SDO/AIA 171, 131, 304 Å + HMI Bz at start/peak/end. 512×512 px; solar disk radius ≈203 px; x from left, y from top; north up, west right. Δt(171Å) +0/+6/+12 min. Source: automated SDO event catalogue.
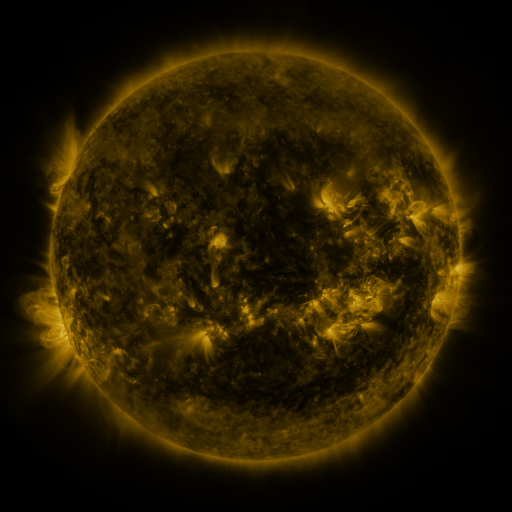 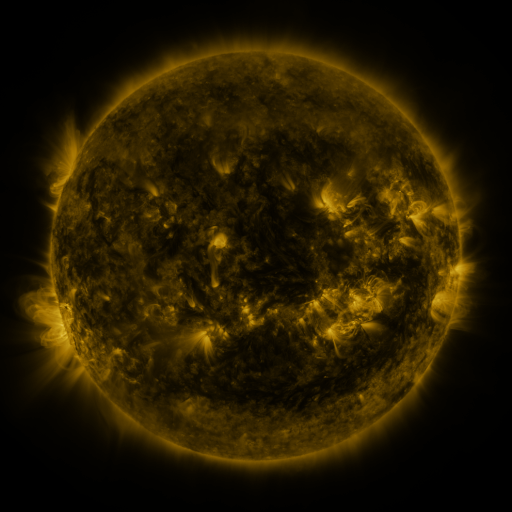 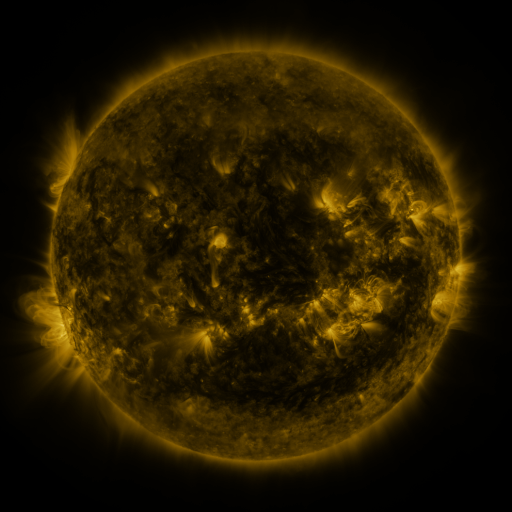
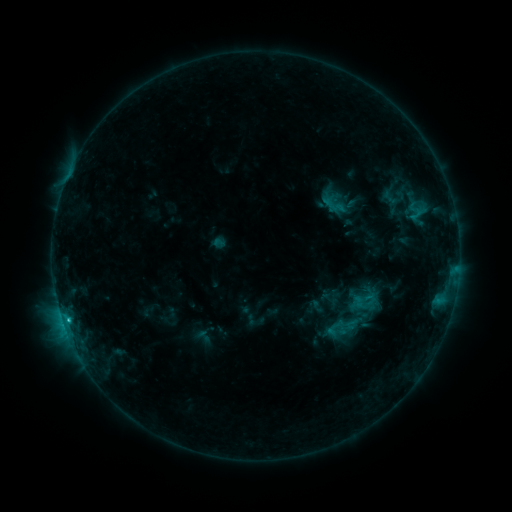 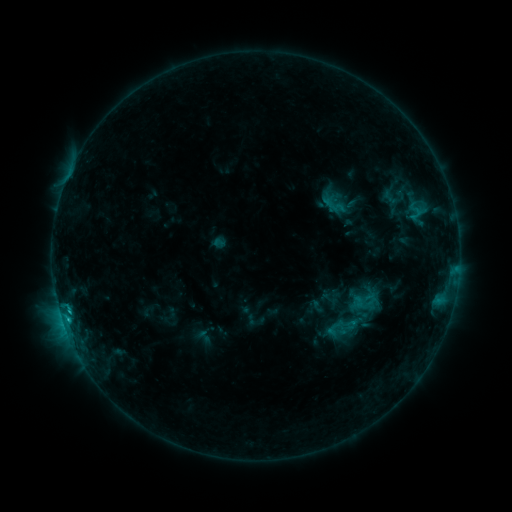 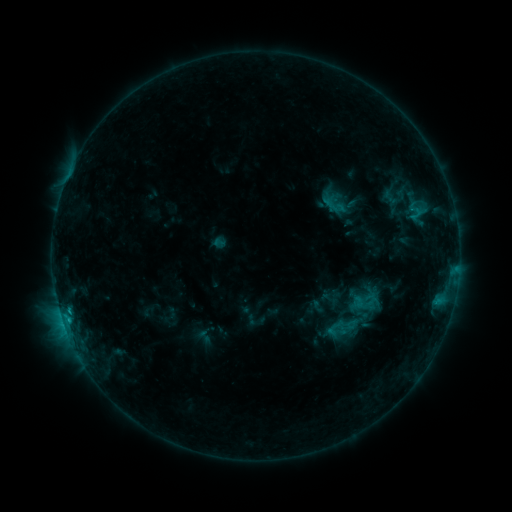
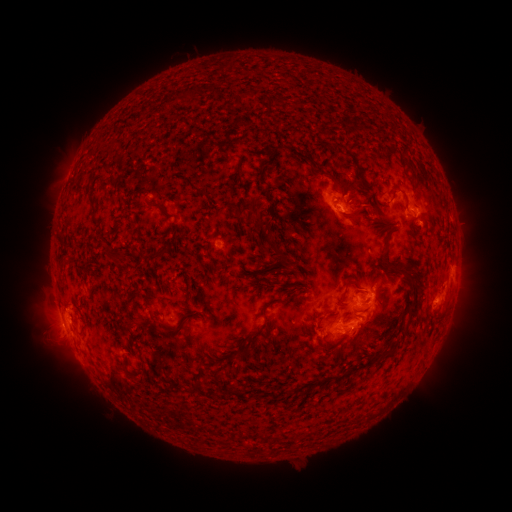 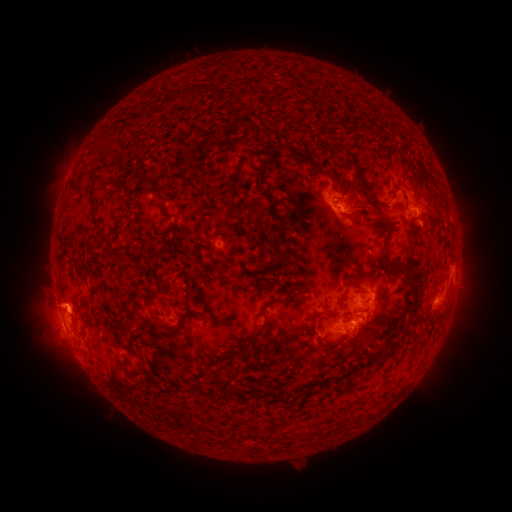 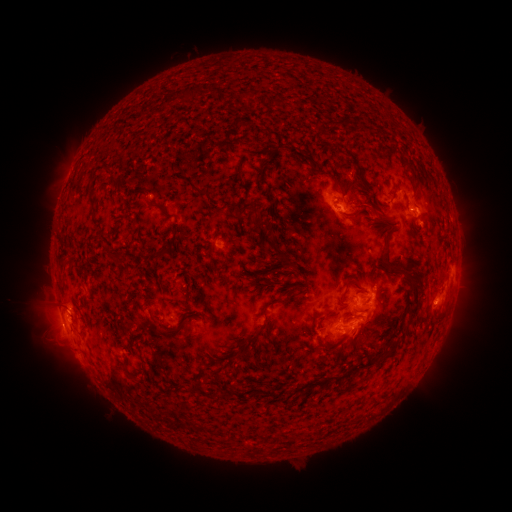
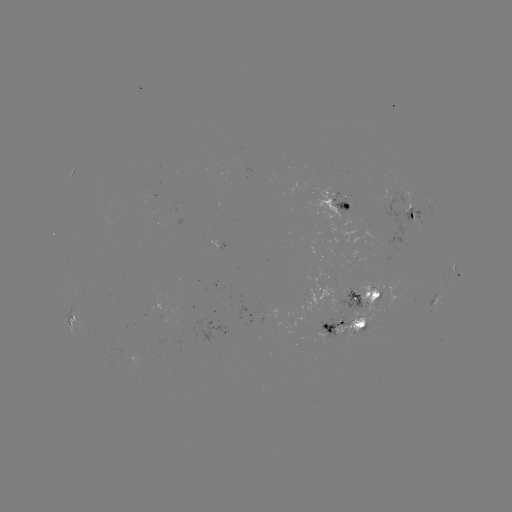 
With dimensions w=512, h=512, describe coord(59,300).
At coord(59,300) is eruption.